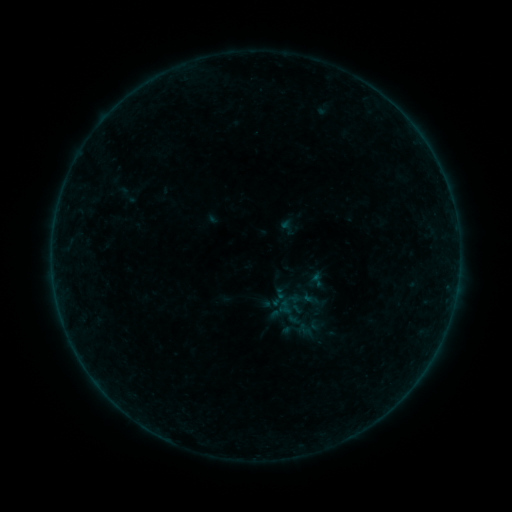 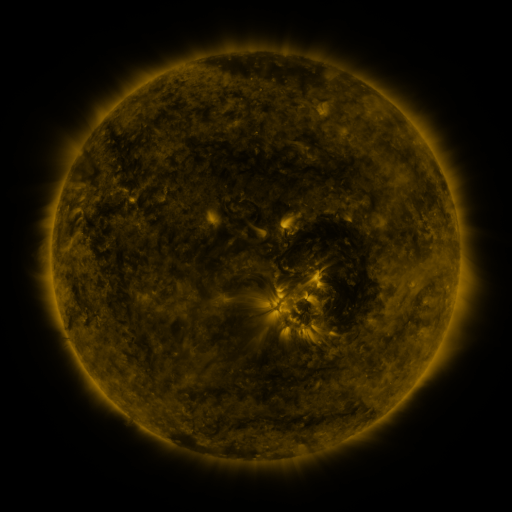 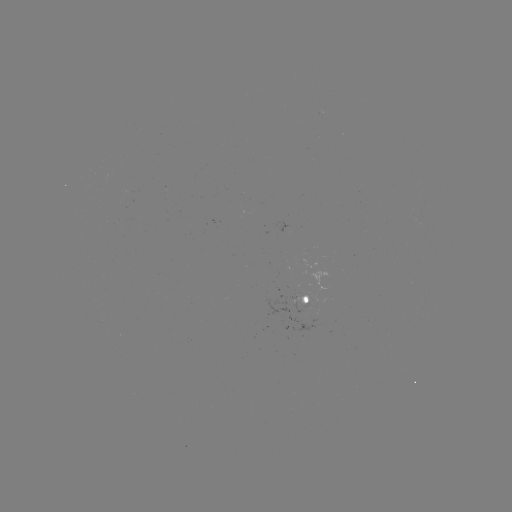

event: sigmoid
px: (305, 330)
